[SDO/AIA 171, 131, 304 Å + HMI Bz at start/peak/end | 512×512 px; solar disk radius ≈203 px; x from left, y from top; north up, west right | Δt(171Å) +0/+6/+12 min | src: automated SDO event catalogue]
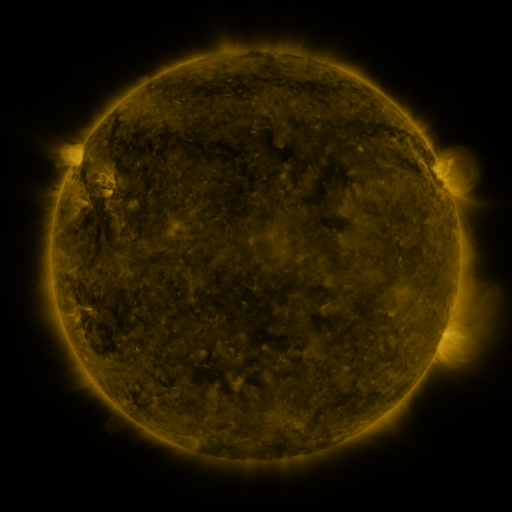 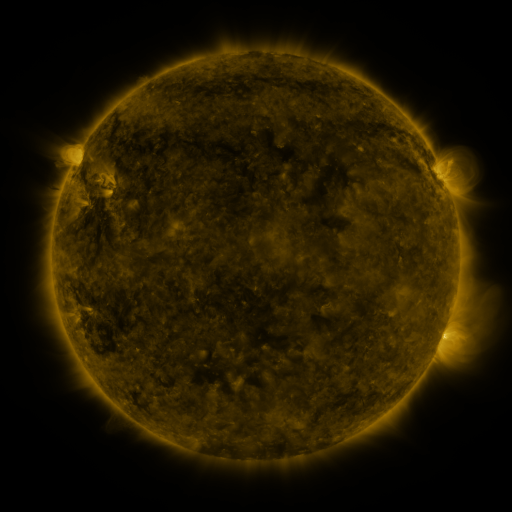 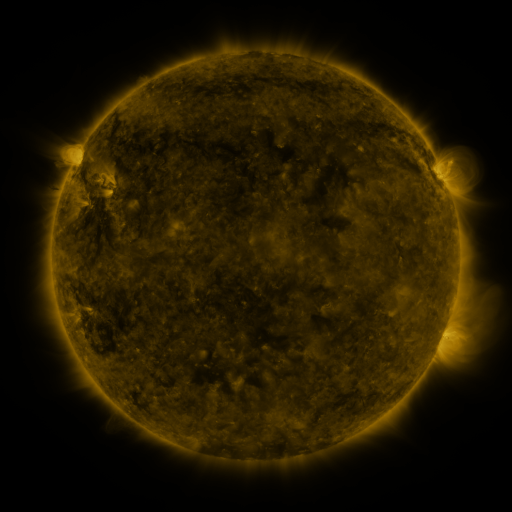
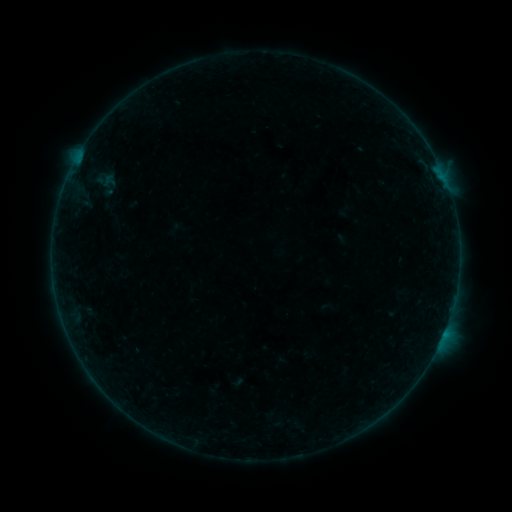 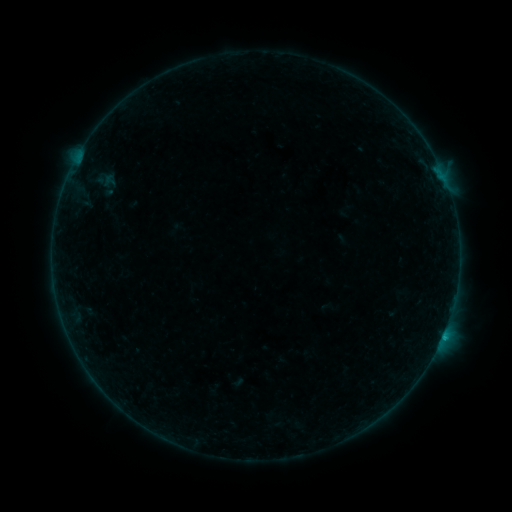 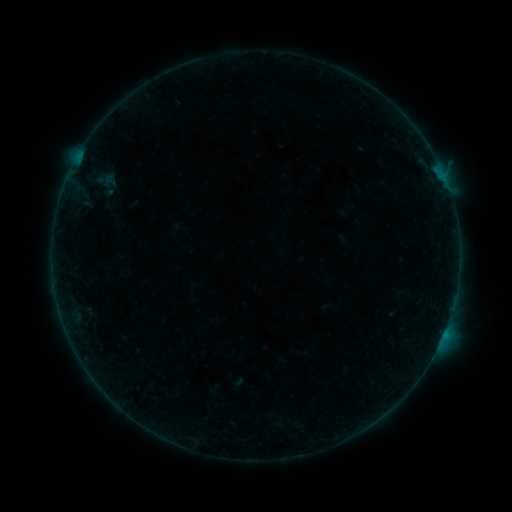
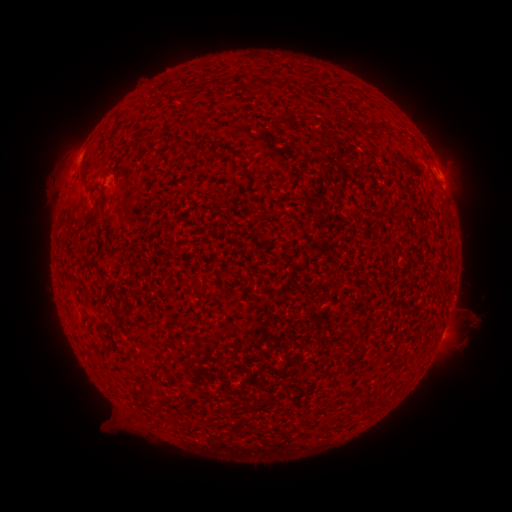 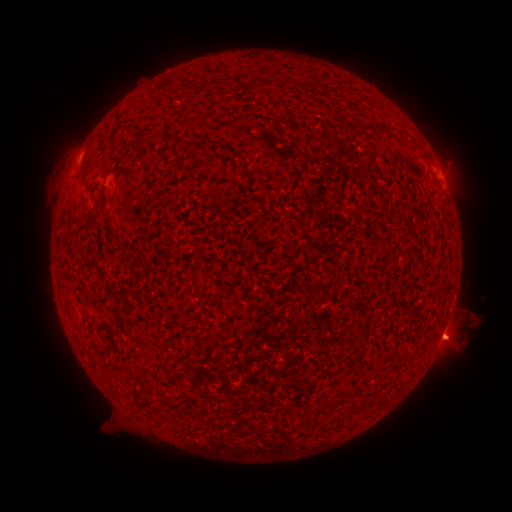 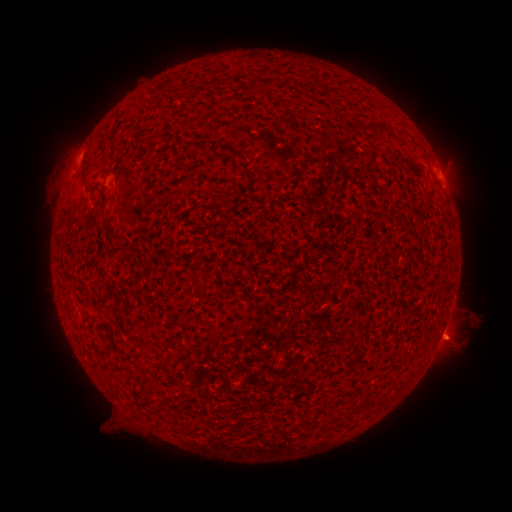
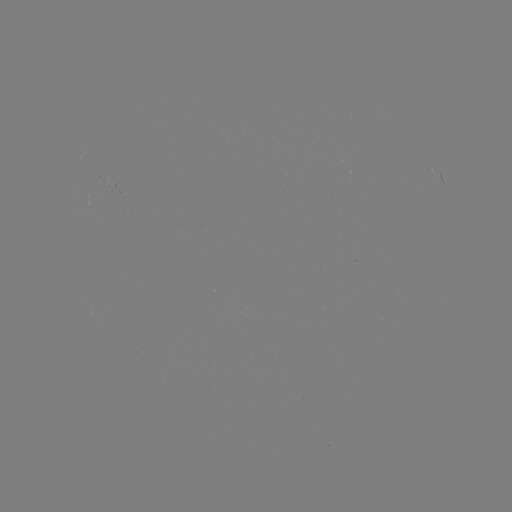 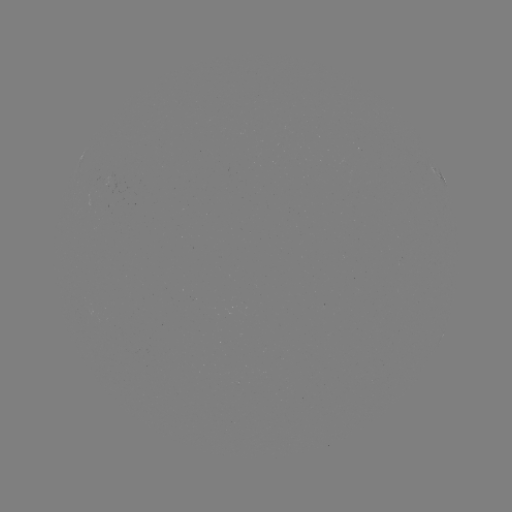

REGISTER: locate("B2.9 flare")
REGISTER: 443,335